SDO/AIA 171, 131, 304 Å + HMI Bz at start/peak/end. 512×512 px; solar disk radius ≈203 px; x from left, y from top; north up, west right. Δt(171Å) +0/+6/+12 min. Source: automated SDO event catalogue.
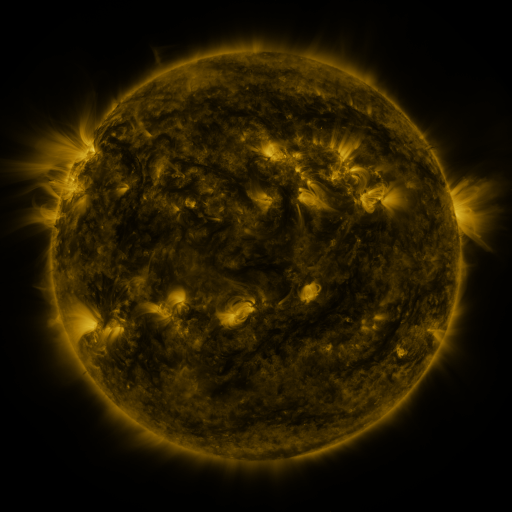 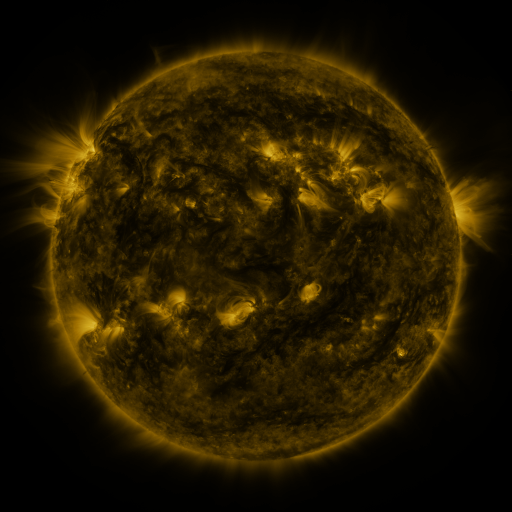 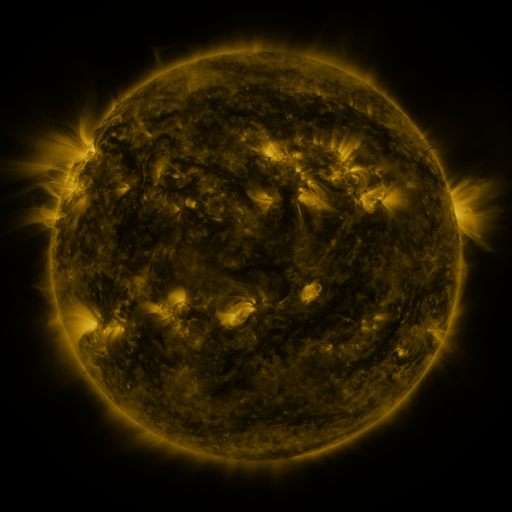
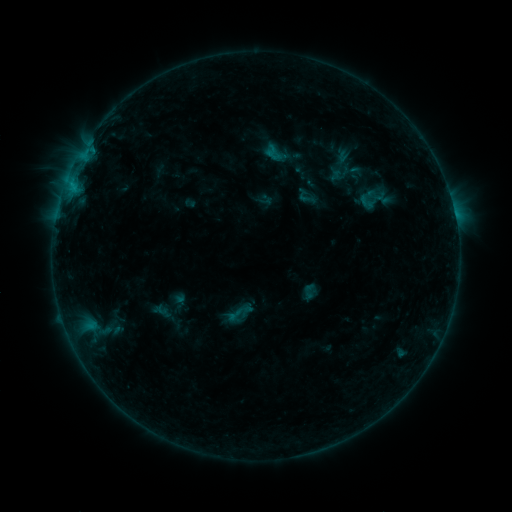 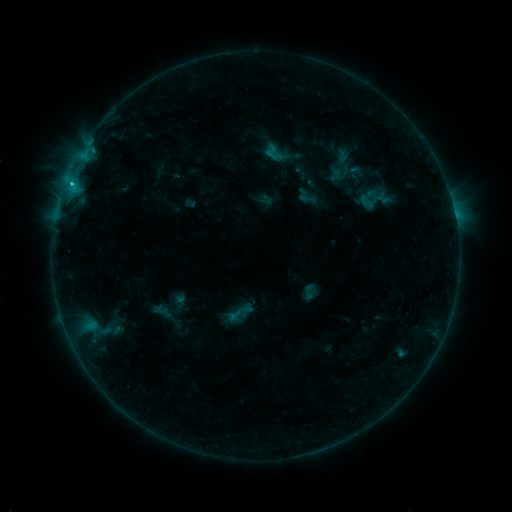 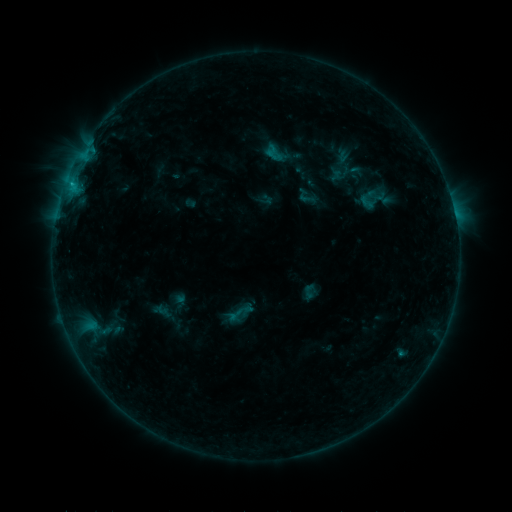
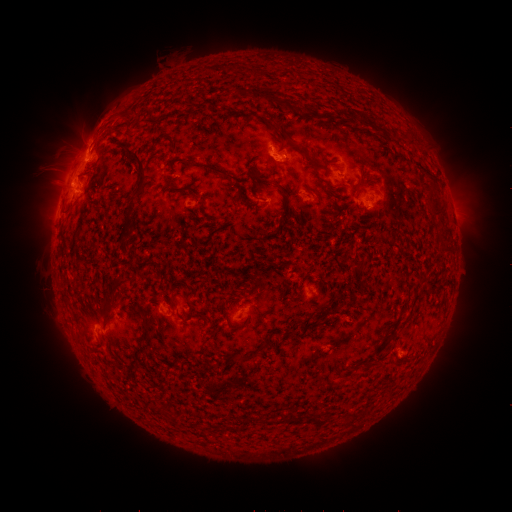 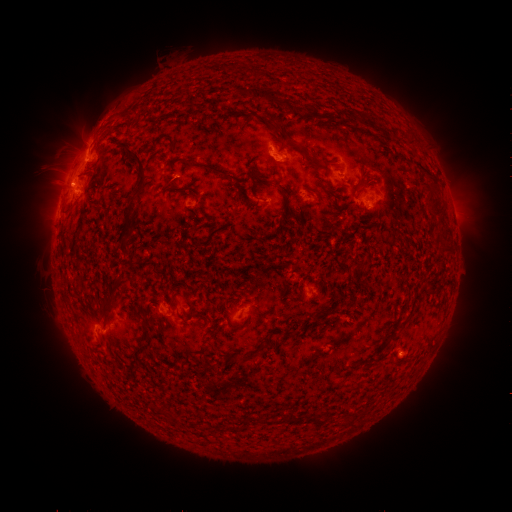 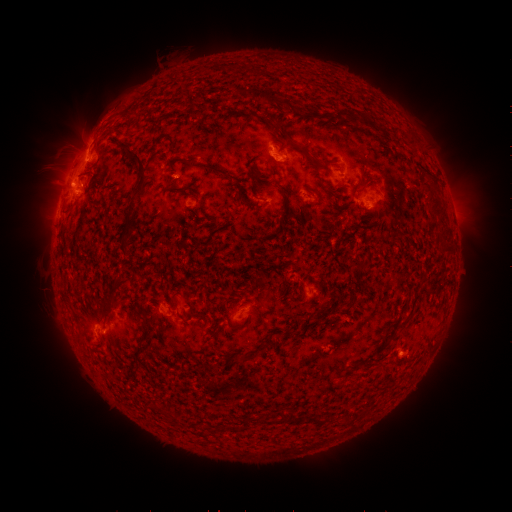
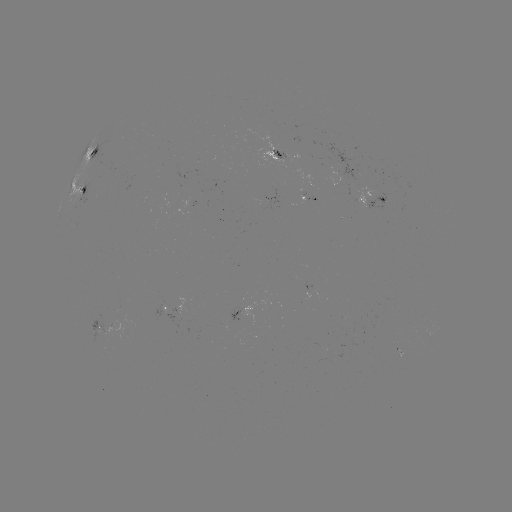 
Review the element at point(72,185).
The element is C1.1 flare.